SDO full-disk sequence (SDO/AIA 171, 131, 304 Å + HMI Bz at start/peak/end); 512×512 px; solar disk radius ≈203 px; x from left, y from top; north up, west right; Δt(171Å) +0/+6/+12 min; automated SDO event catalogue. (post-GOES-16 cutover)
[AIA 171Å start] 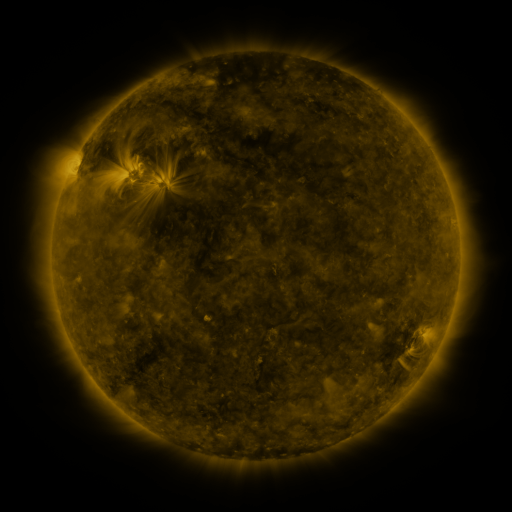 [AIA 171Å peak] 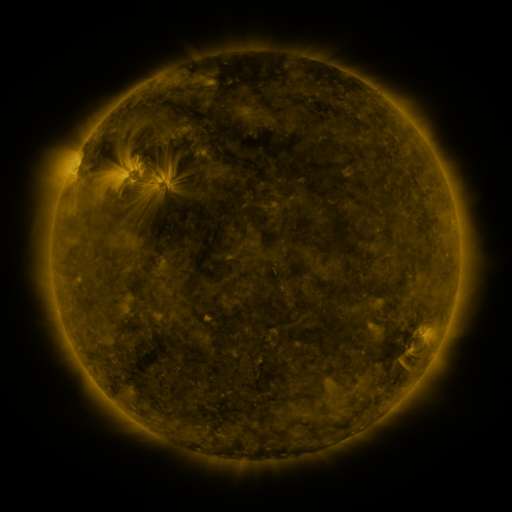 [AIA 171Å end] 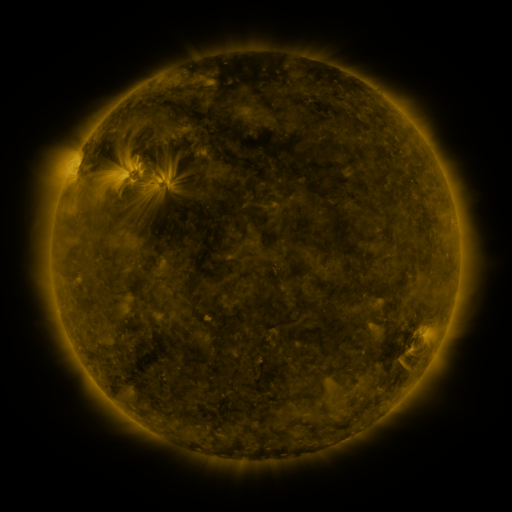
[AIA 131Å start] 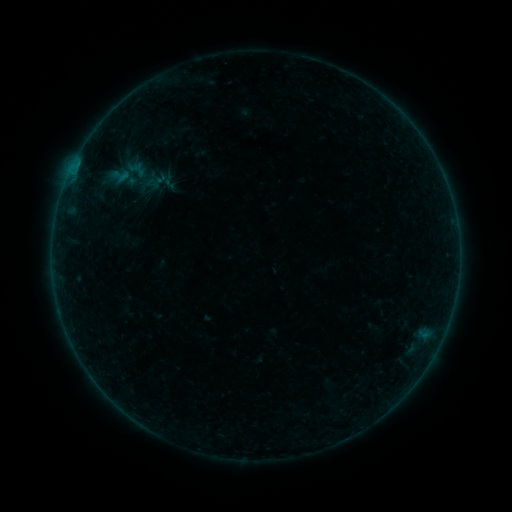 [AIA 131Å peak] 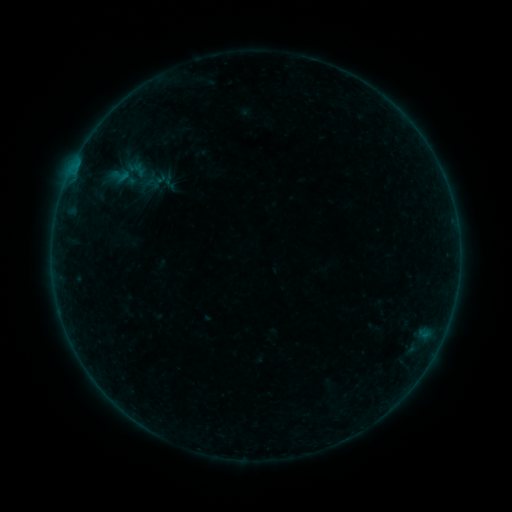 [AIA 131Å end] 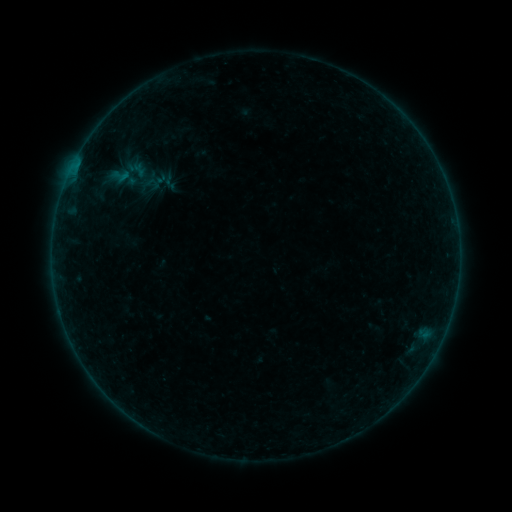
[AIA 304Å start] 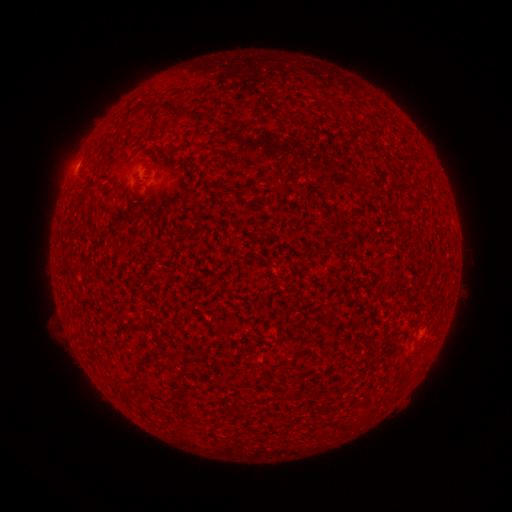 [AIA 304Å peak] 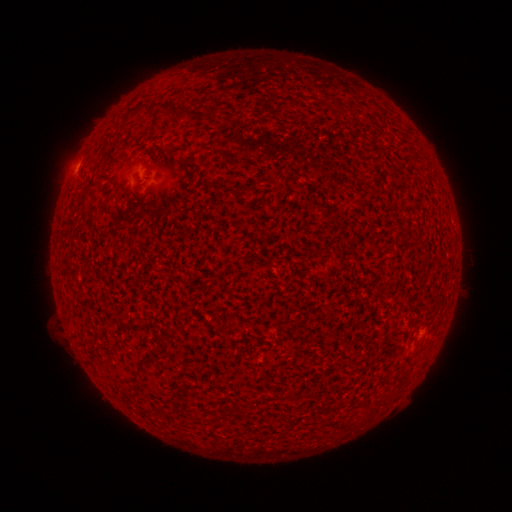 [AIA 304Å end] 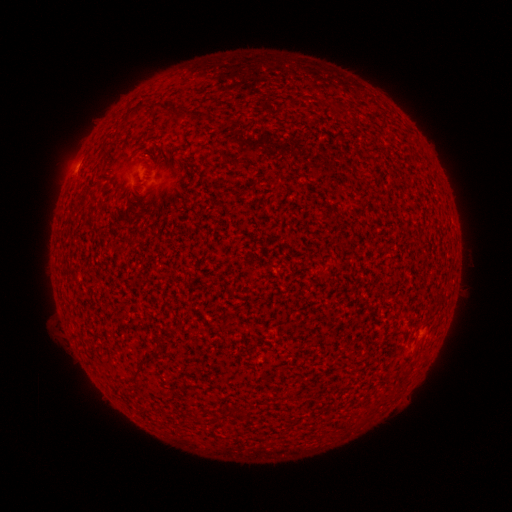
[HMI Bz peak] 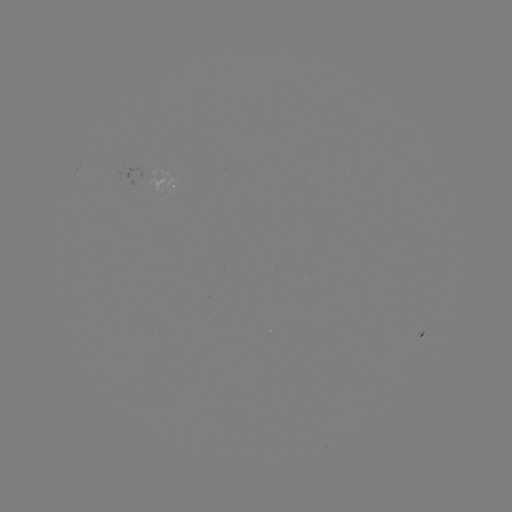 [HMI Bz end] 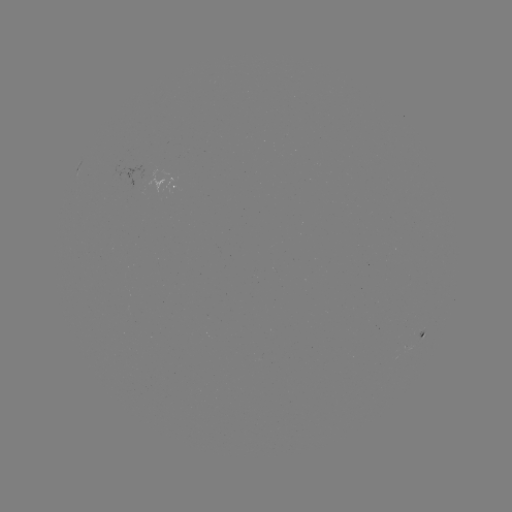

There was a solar flare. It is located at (75, 170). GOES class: A4.1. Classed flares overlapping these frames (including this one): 1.